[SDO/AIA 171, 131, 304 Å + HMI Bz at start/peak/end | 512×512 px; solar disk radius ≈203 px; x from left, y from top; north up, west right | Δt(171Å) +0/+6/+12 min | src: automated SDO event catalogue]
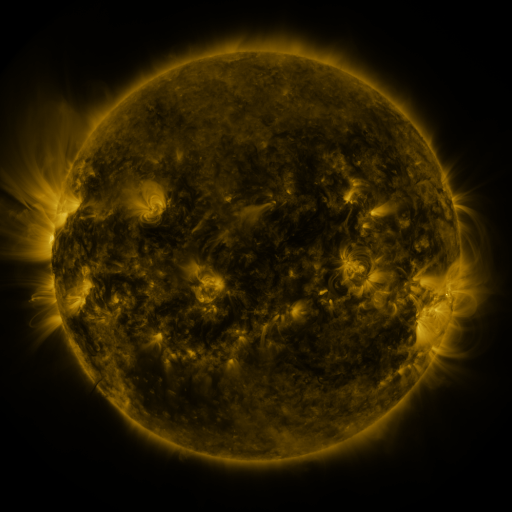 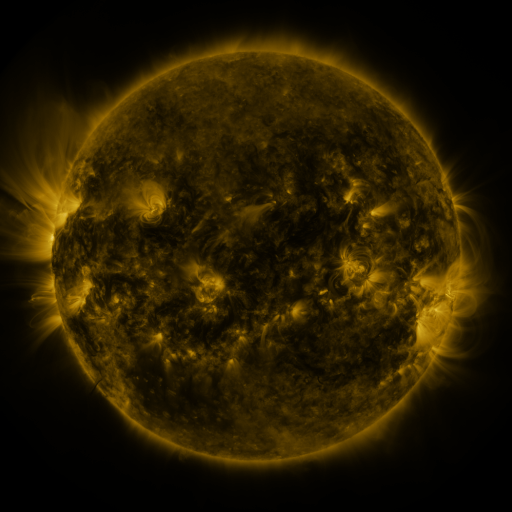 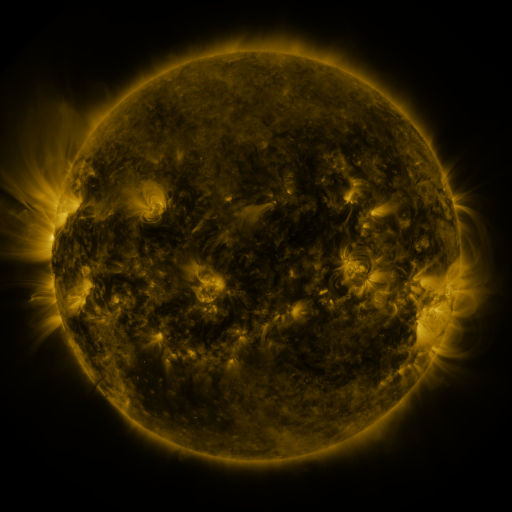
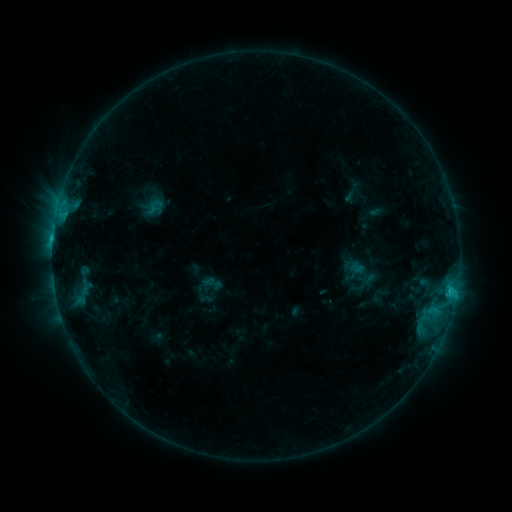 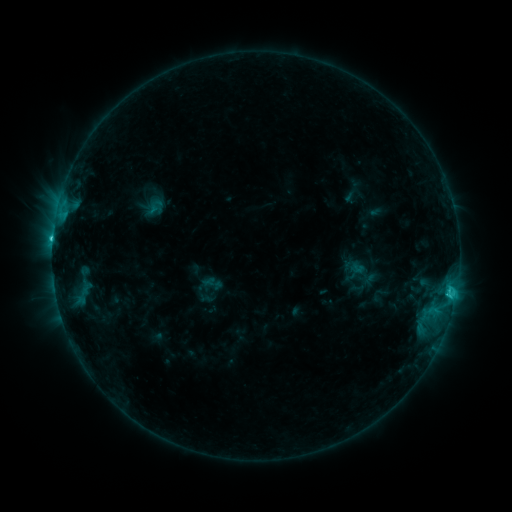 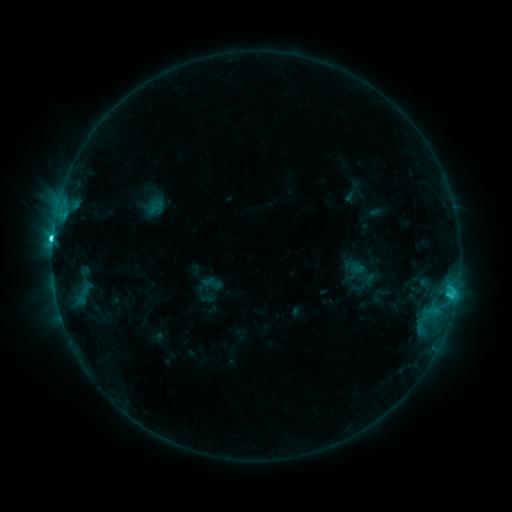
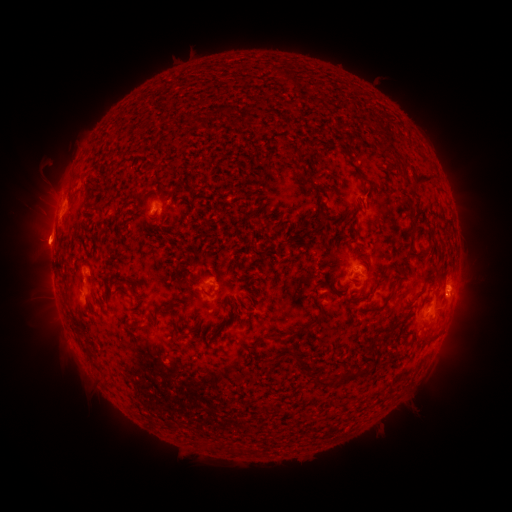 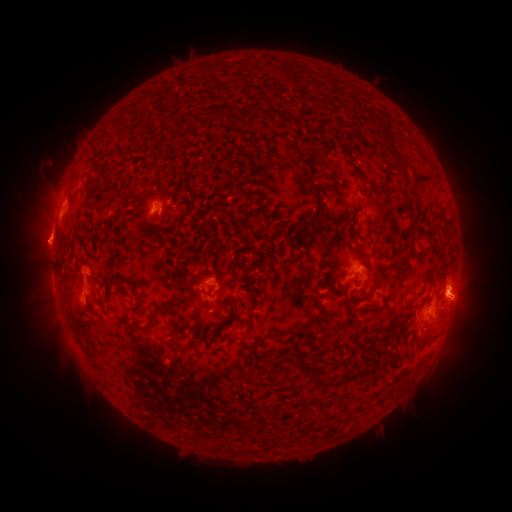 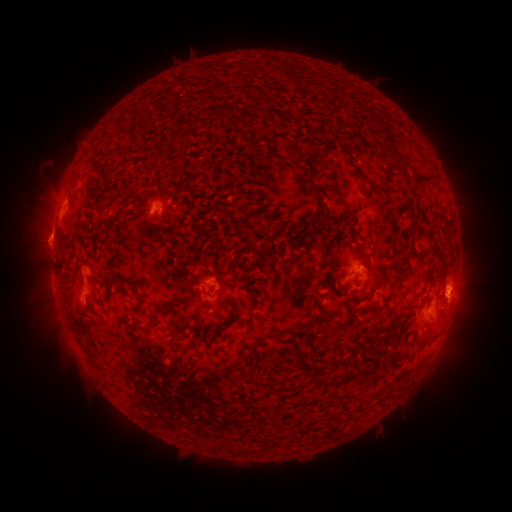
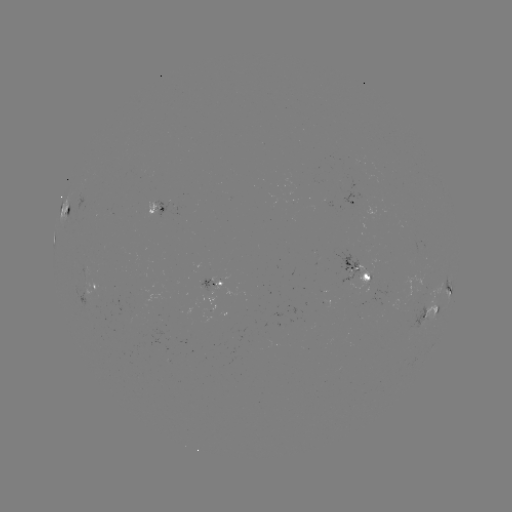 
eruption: (433, 258, 495, 332)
